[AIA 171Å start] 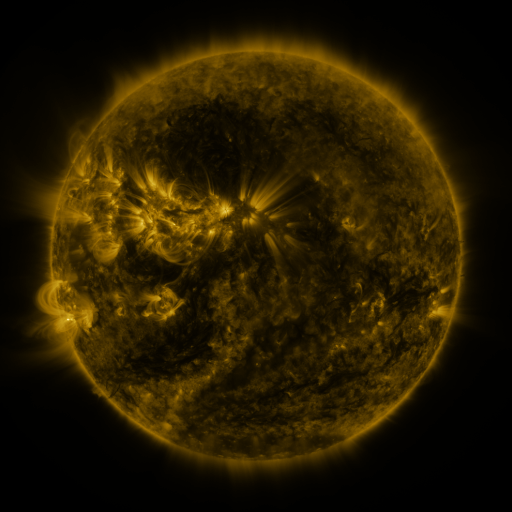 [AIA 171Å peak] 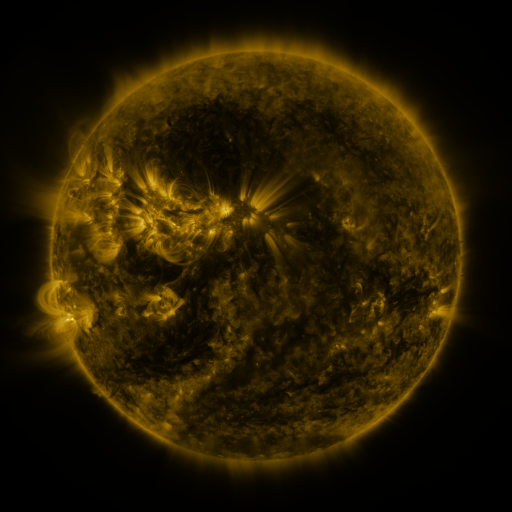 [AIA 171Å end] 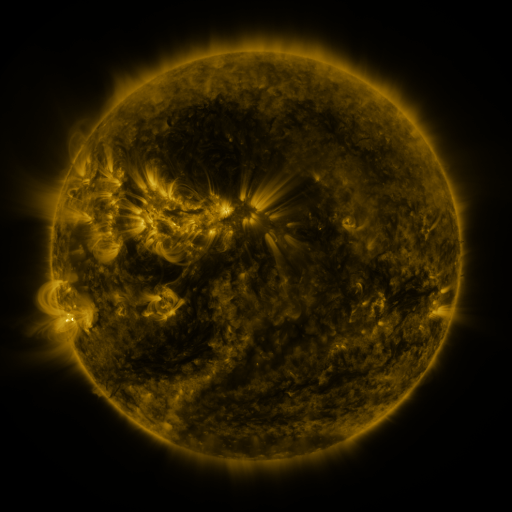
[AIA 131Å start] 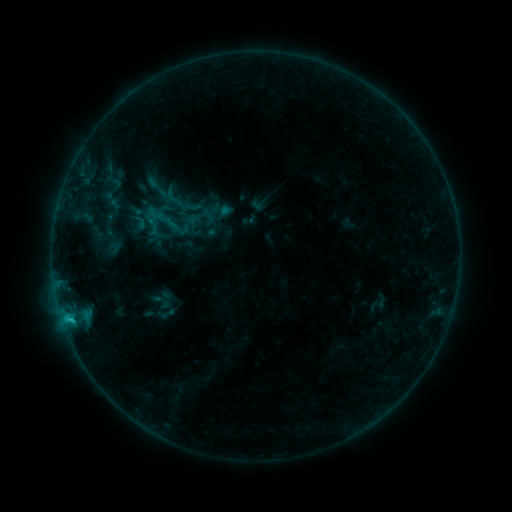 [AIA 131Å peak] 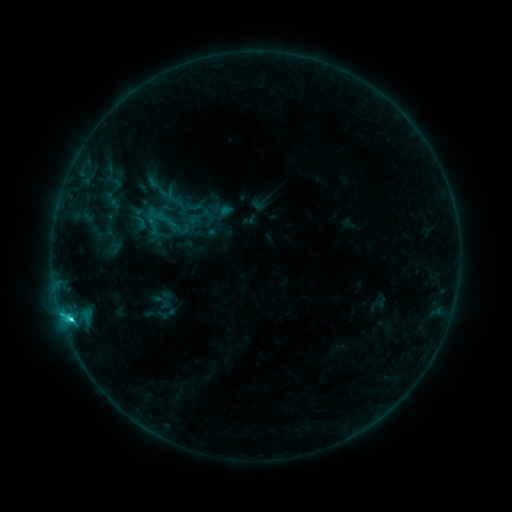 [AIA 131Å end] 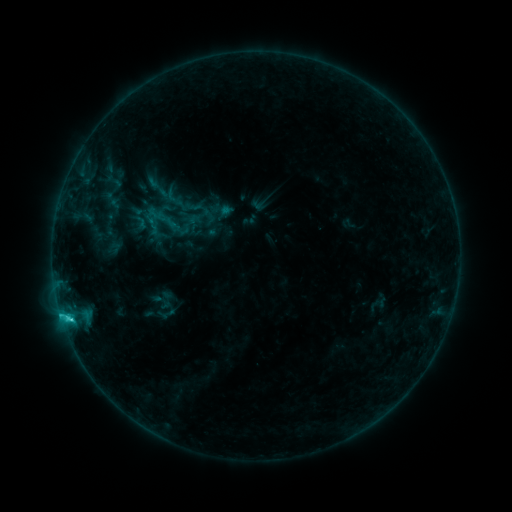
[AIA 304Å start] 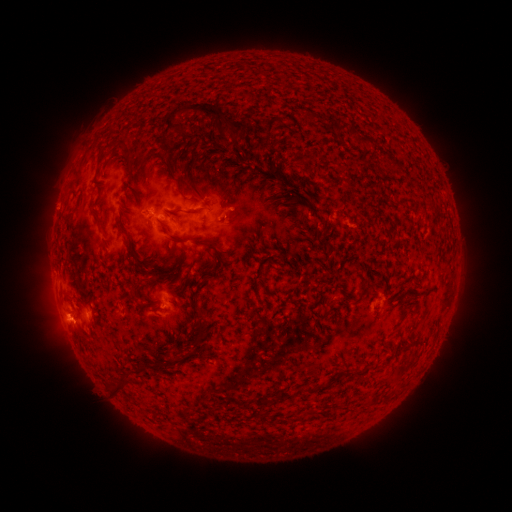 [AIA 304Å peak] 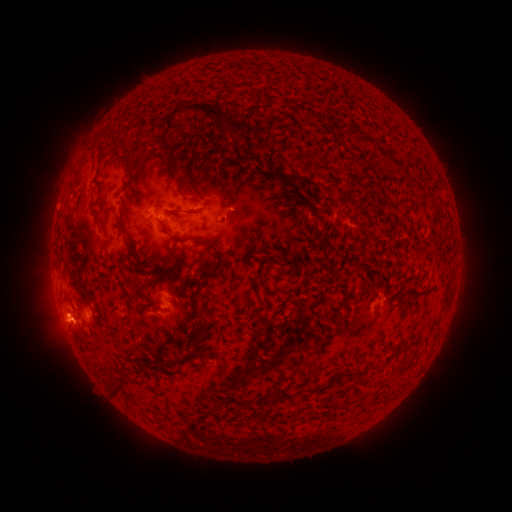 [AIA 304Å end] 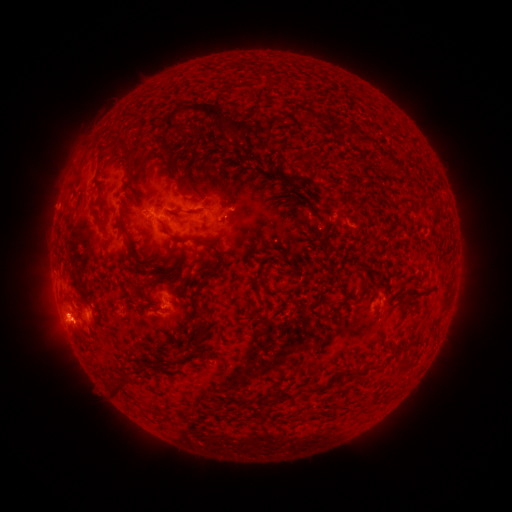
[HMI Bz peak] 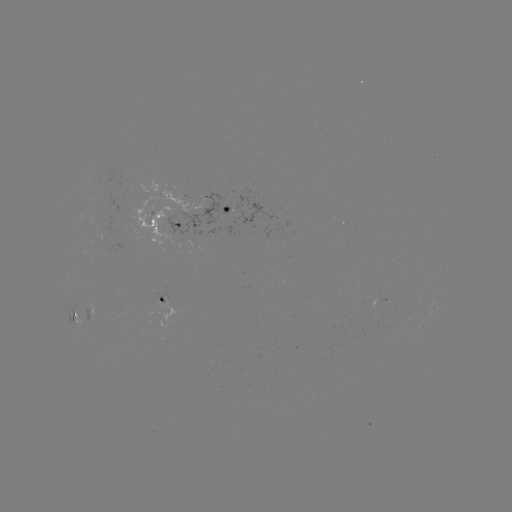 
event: flare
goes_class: C2.0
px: (72, 318)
